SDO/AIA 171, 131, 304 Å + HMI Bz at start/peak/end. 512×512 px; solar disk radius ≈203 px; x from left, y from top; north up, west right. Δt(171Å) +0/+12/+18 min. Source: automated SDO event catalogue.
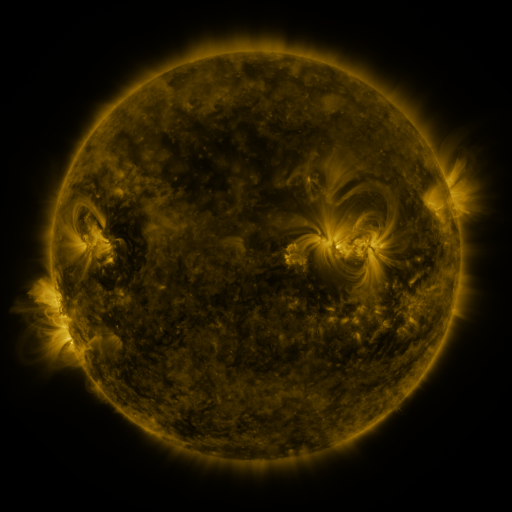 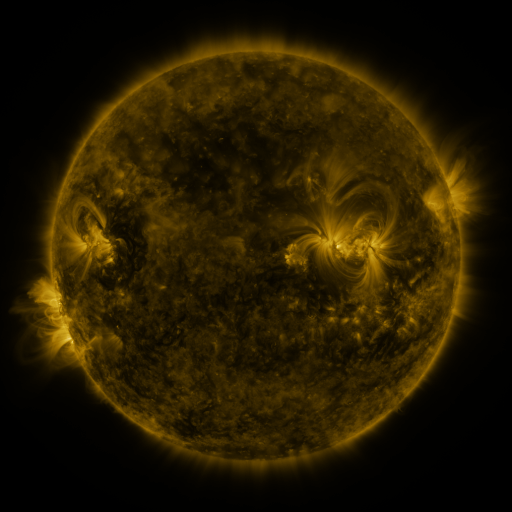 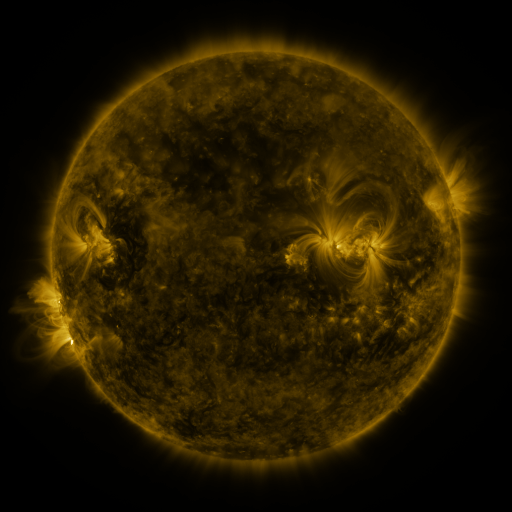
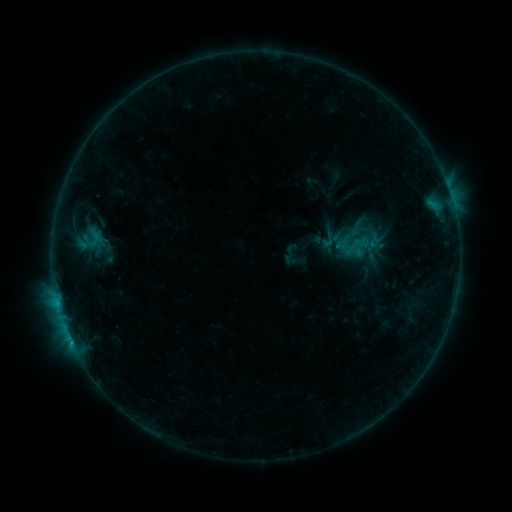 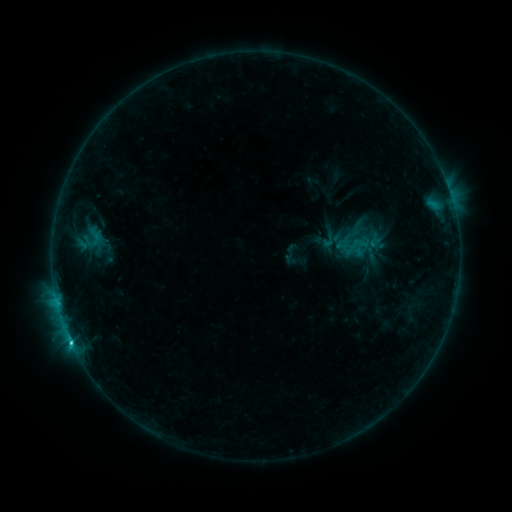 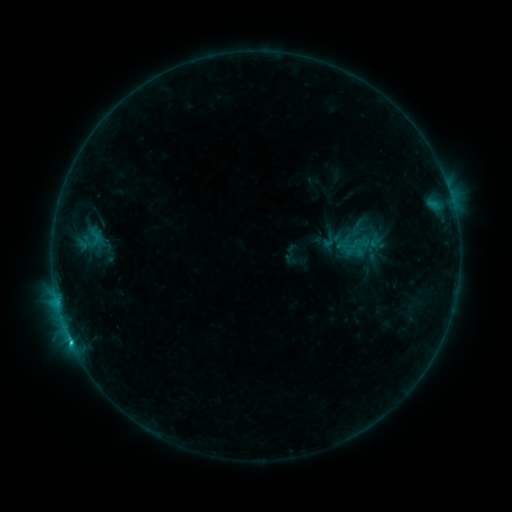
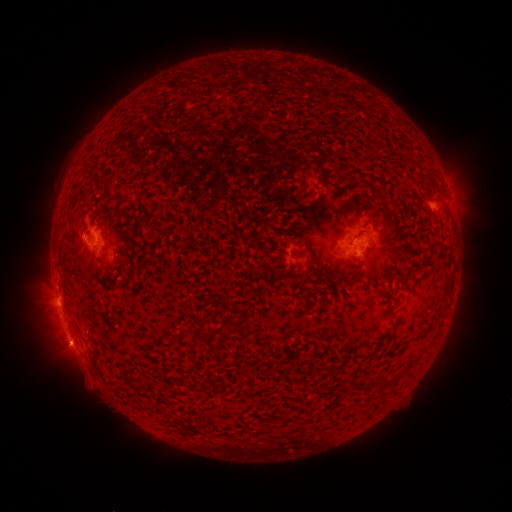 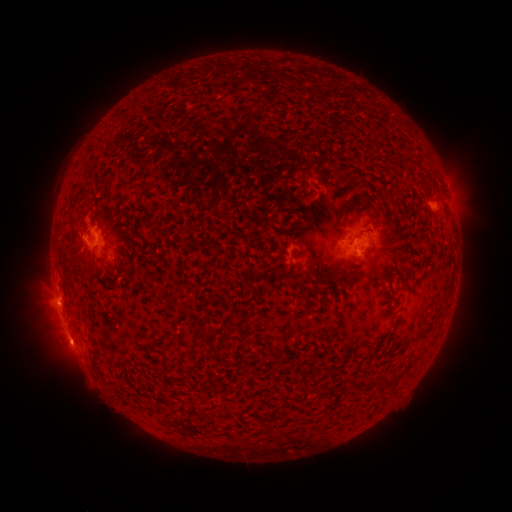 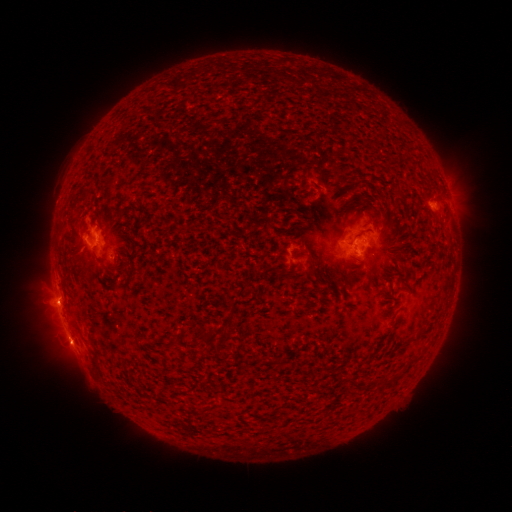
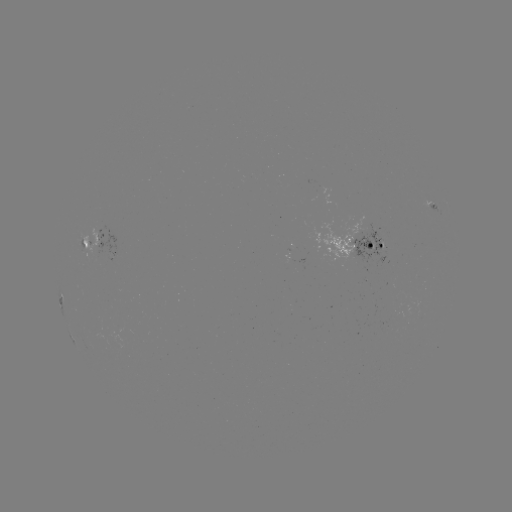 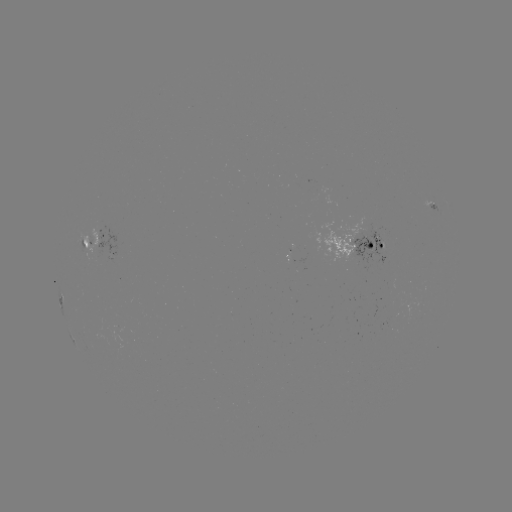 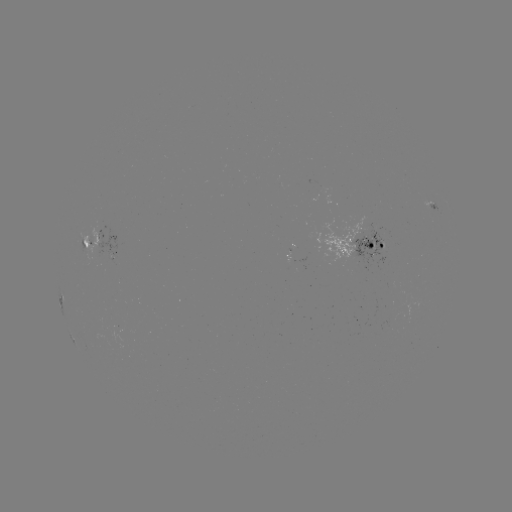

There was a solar flare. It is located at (72, 340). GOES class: C1.8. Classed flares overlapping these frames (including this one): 1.